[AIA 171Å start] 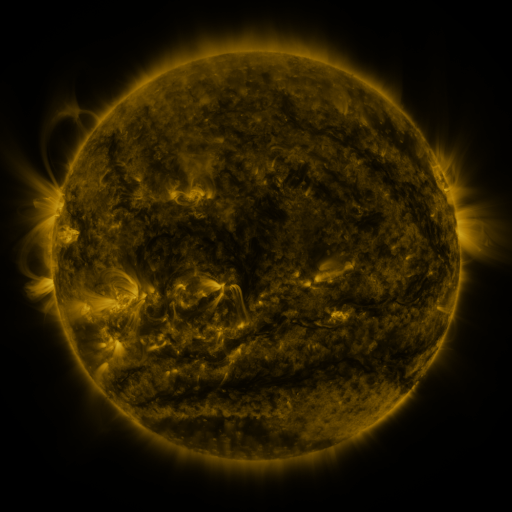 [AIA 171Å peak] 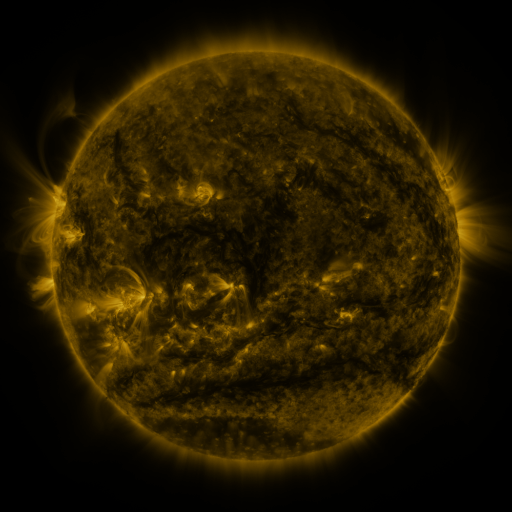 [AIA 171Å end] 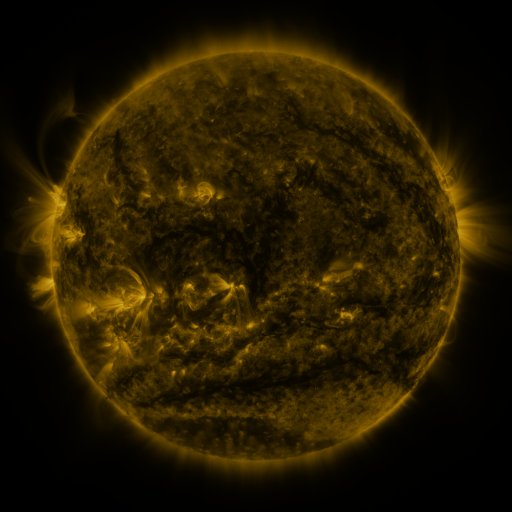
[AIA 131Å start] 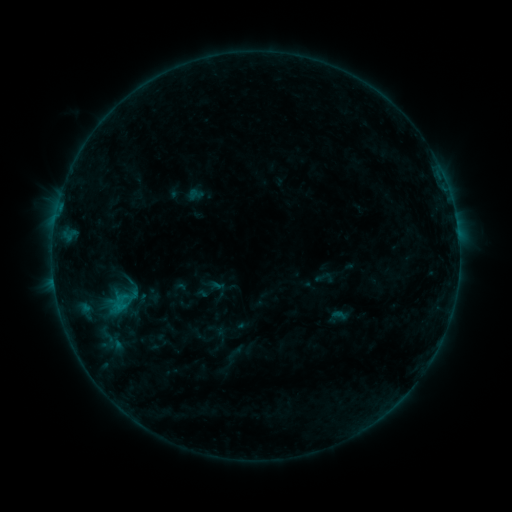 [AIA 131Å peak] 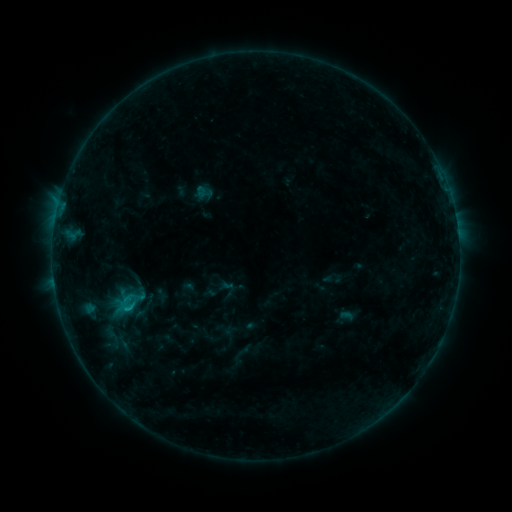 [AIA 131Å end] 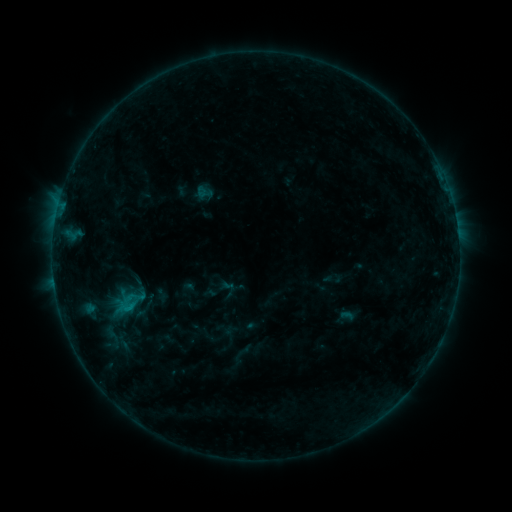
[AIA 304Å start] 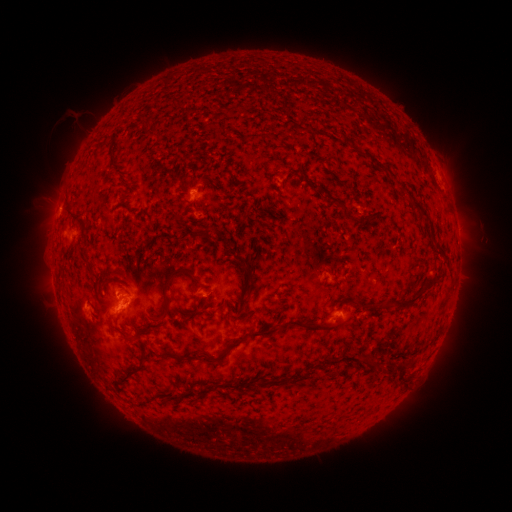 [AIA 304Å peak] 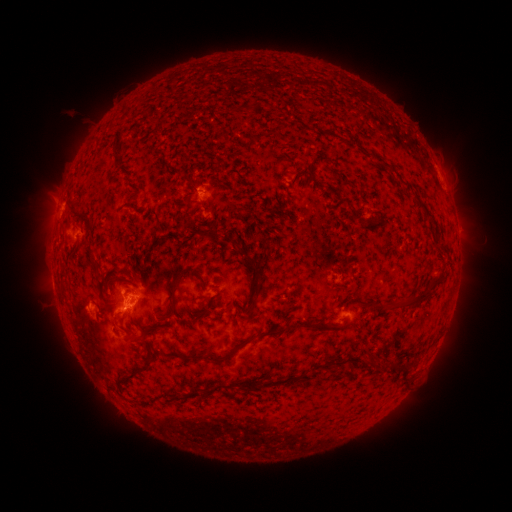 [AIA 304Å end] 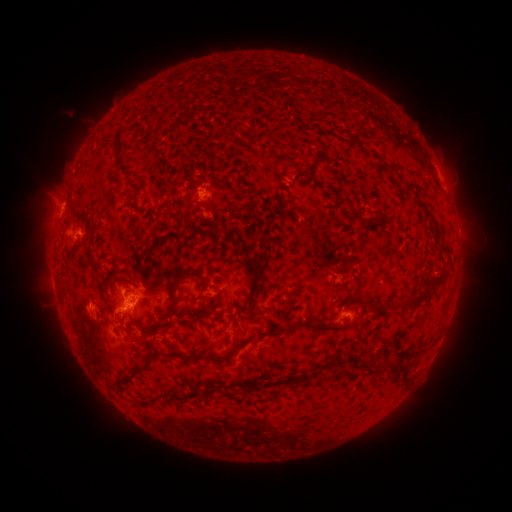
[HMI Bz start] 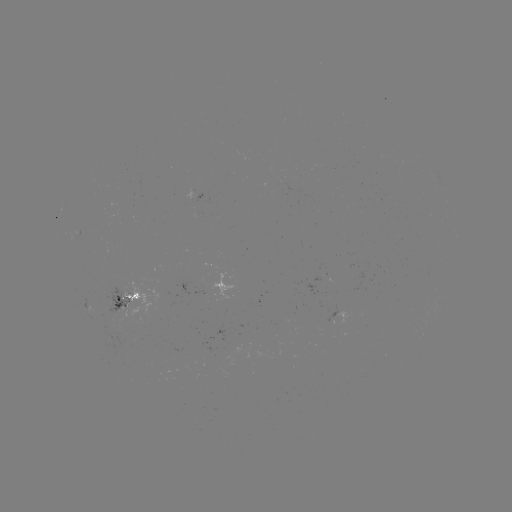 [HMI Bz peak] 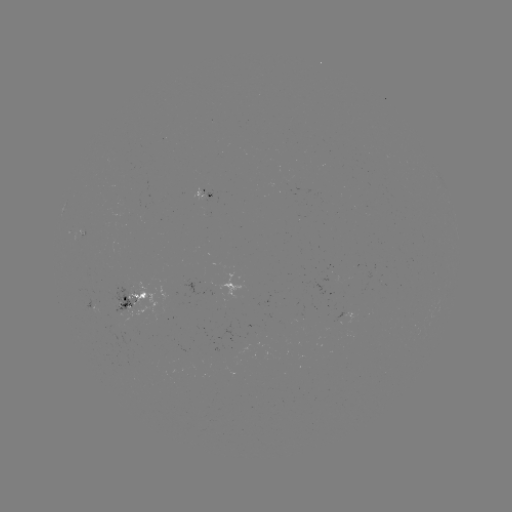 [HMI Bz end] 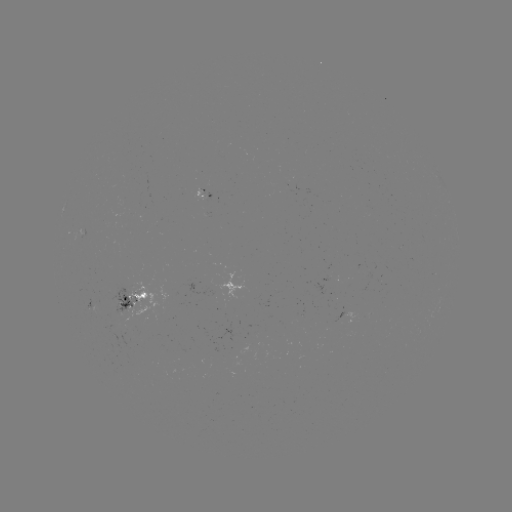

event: emerging-flux region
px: (202, 197)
